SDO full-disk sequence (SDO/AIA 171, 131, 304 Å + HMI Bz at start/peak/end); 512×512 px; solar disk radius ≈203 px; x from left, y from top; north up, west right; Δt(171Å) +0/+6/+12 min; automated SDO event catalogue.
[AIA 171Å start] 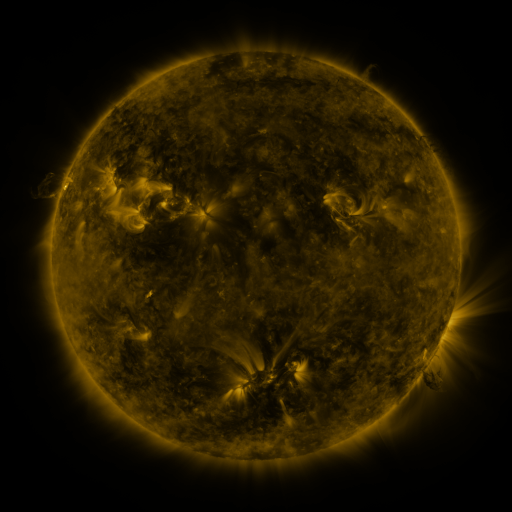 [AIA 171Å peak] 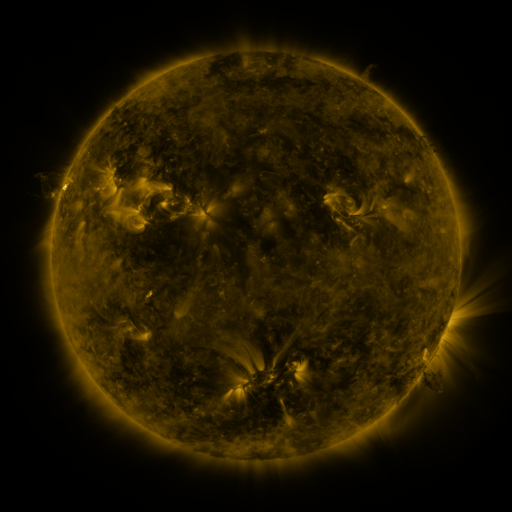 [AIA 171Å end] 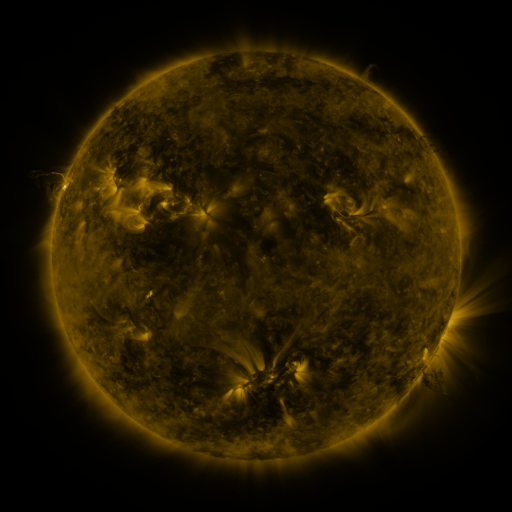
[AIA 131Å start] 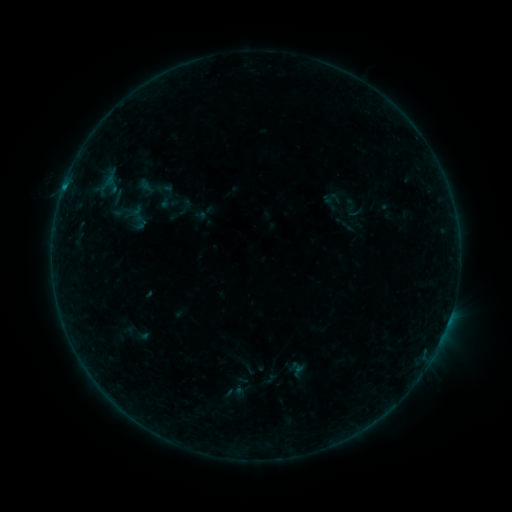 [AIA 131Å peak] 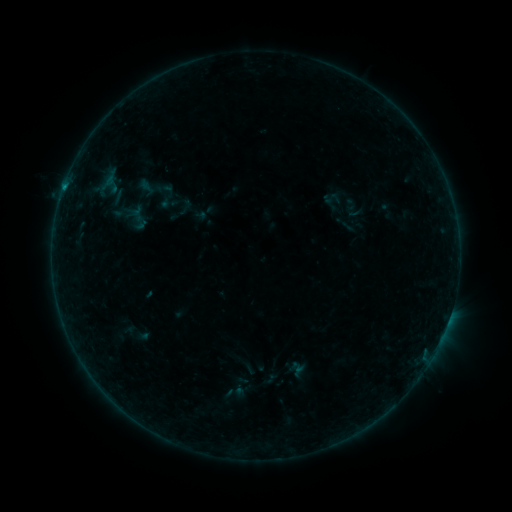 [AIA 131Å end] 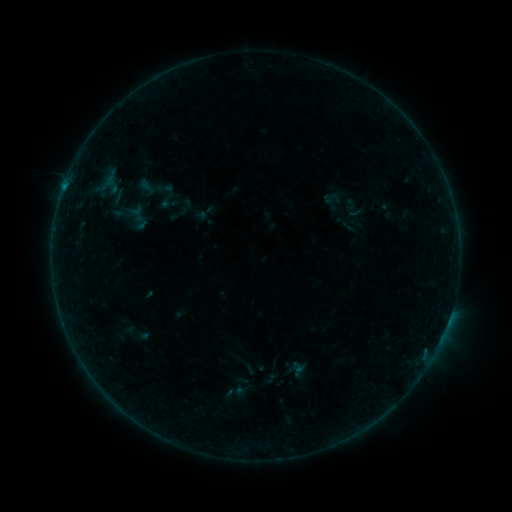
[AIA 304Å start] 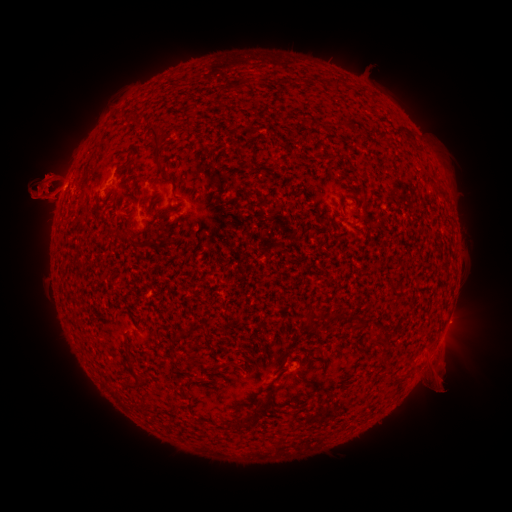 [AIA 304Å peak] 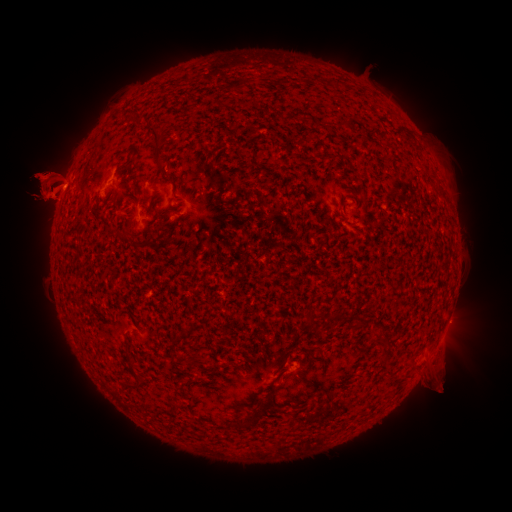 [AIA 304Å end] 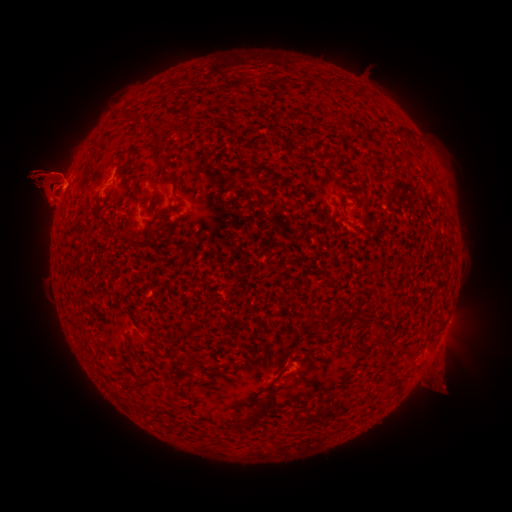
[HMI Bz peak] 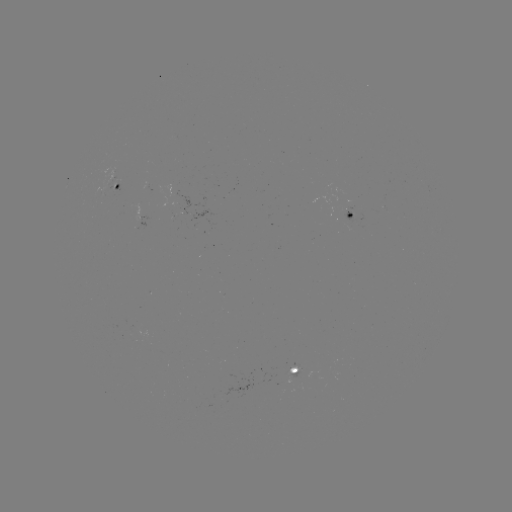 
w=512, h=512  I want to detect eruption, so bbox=[14, 234, 67, 266].